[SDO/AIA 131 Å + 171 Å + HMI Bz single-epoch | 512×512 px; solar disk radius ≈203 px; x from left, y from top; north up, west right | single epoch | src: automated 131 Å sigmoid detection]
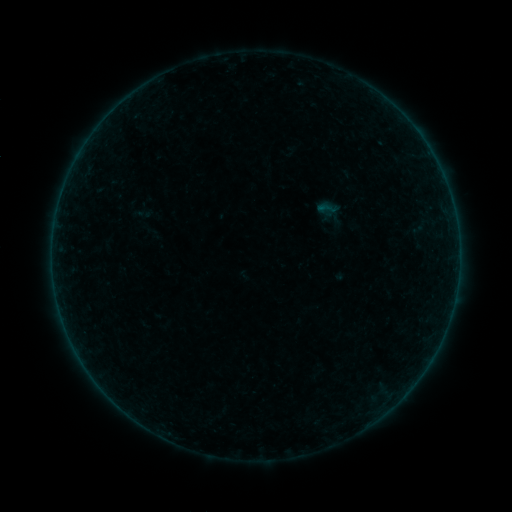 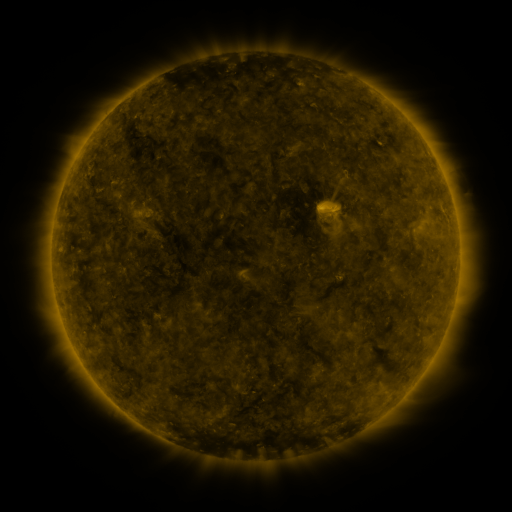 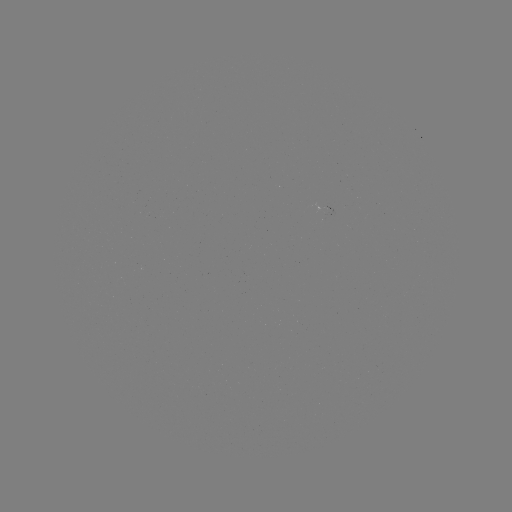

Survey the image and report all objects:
sigmoid: [316, 199, 338, 218]
